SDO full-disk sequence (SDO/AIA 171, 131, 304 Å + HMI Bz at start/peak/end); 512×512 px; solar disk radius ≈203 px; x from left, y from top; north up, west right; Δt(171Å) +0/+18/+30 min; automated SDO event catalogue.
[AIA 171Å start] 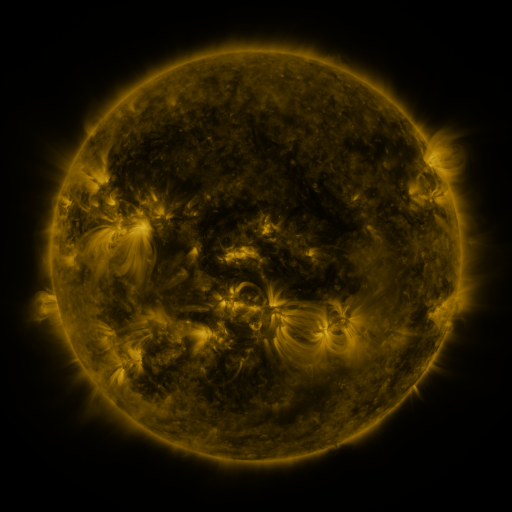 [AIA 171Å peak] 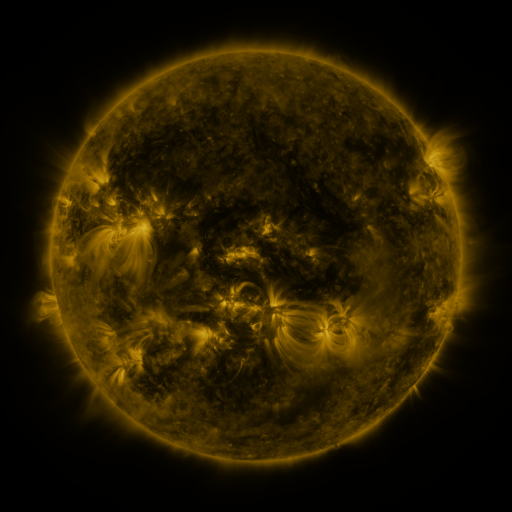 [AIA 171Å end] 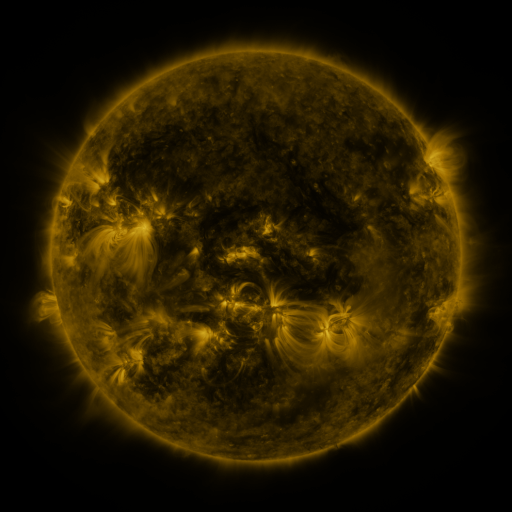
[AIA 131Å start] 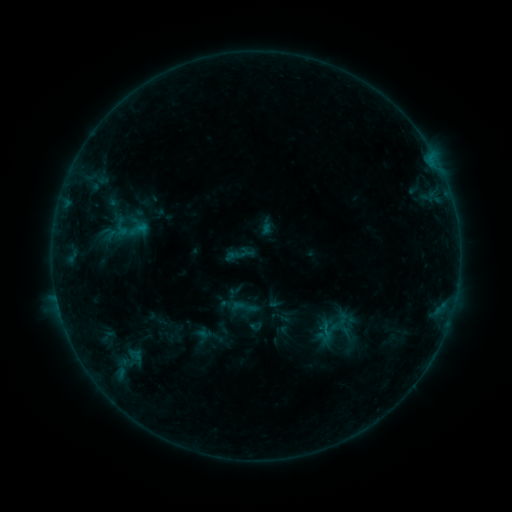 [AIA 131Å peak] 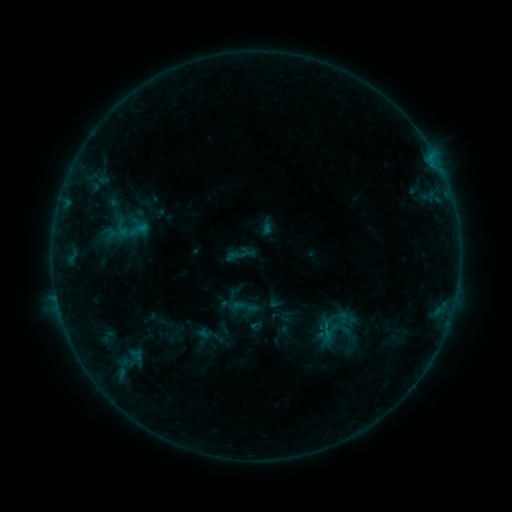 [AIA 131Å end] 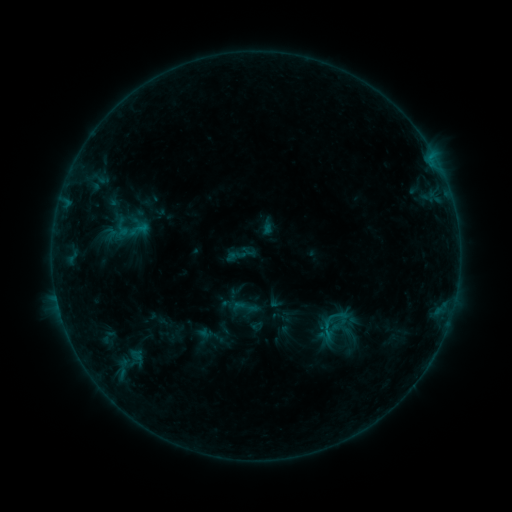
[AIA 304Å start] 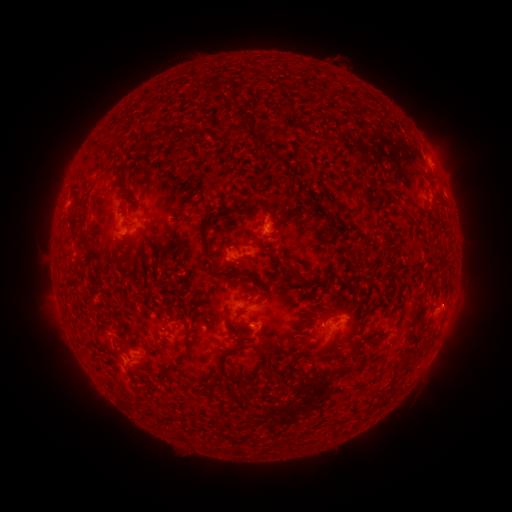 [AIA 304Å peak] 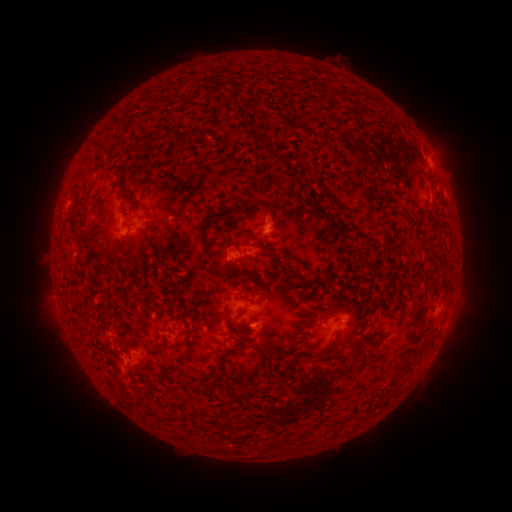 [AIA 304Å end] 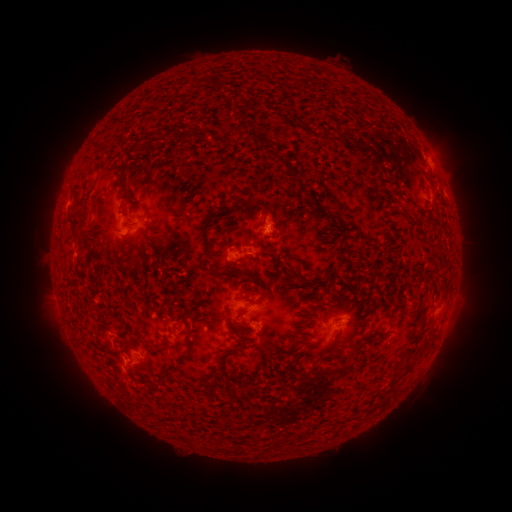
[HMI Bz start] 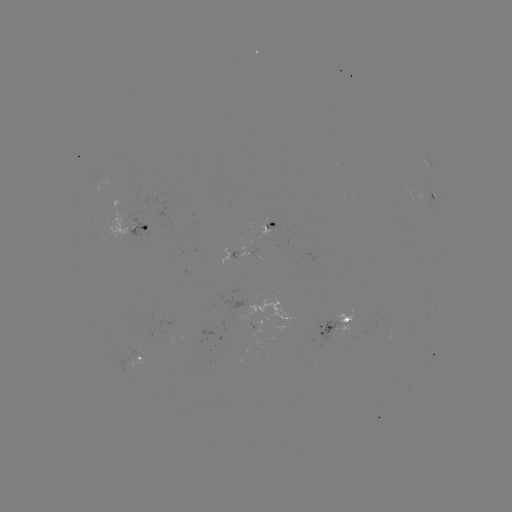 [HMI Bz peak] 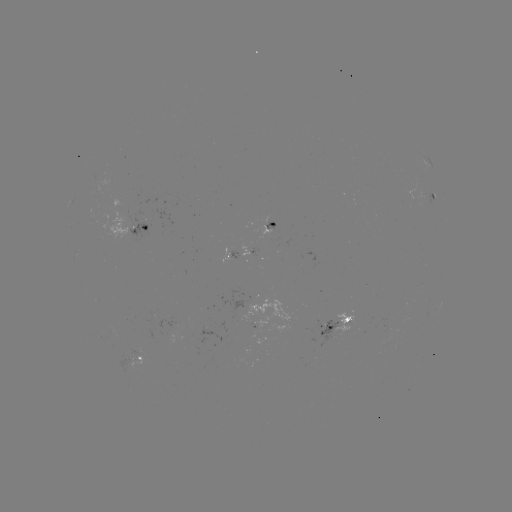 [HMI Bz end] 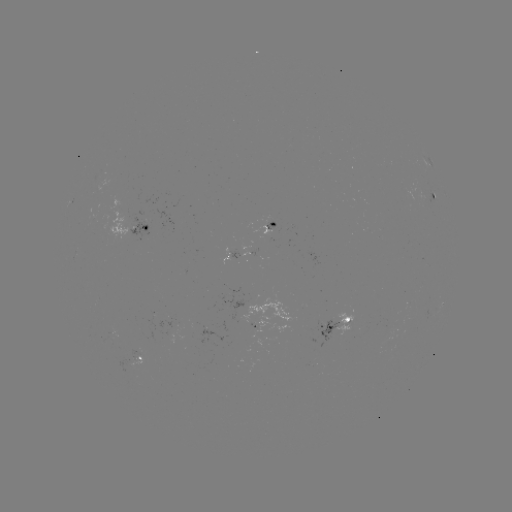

no flare in any classed list; no EUV-trigger detection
